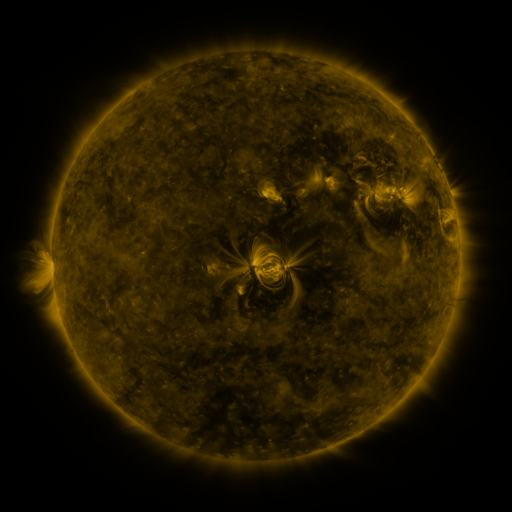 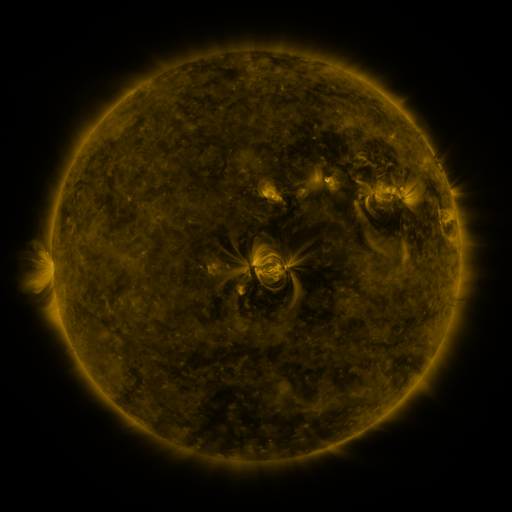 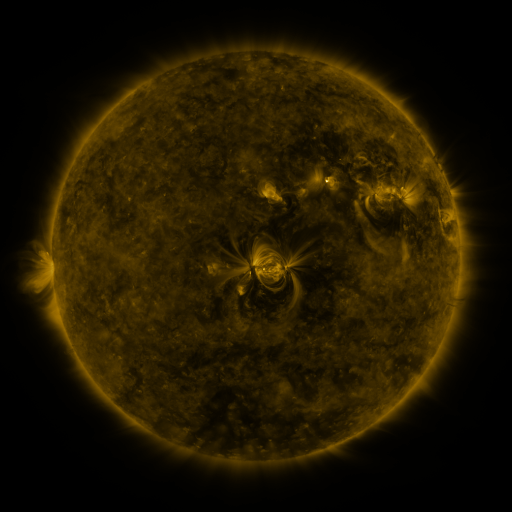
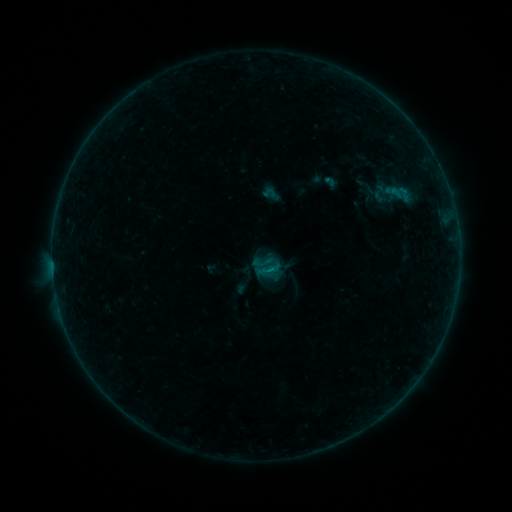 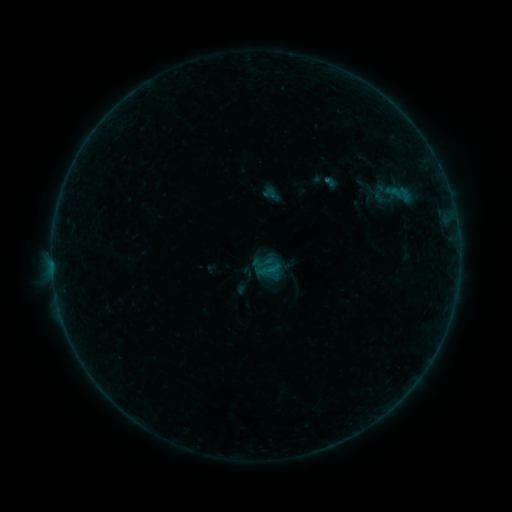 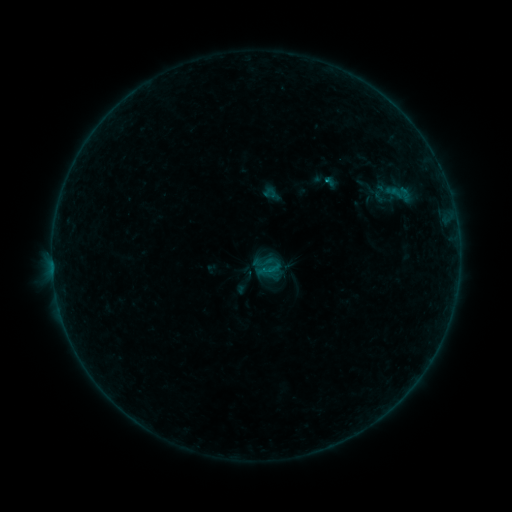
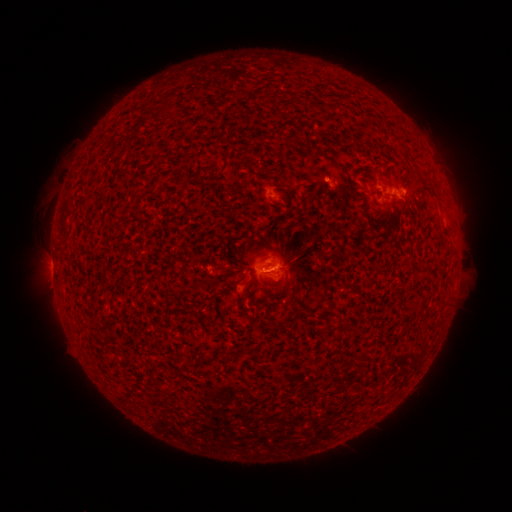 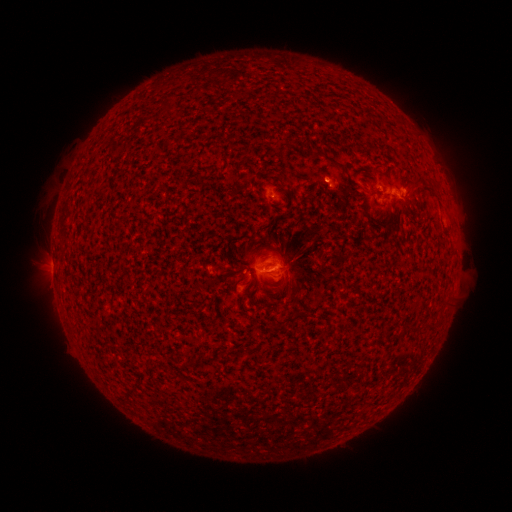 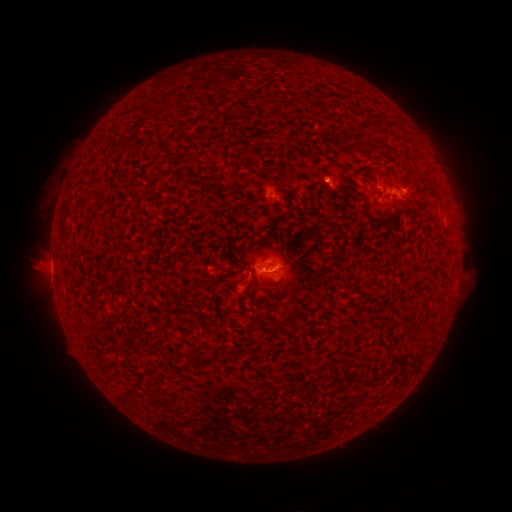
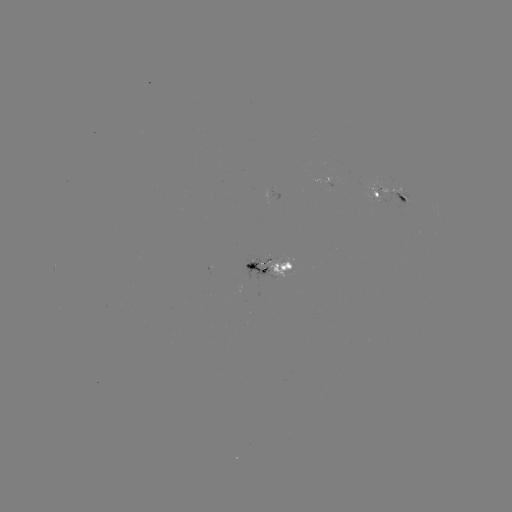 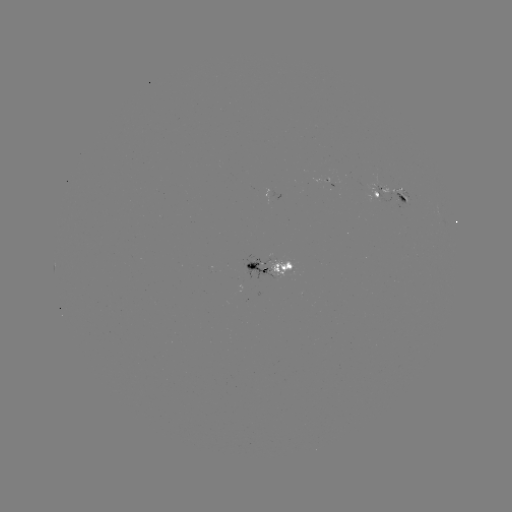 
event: flare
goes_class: B6.2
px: (323, 182)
